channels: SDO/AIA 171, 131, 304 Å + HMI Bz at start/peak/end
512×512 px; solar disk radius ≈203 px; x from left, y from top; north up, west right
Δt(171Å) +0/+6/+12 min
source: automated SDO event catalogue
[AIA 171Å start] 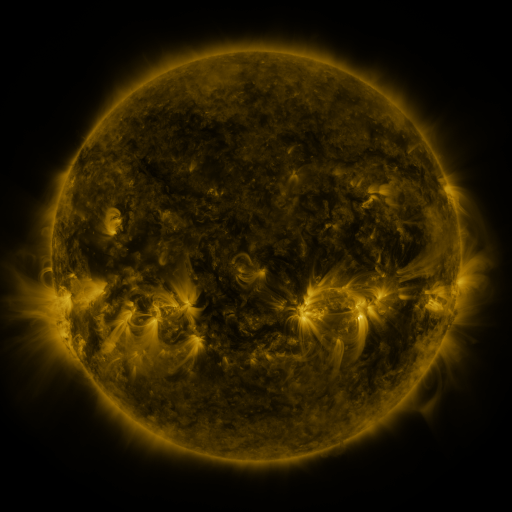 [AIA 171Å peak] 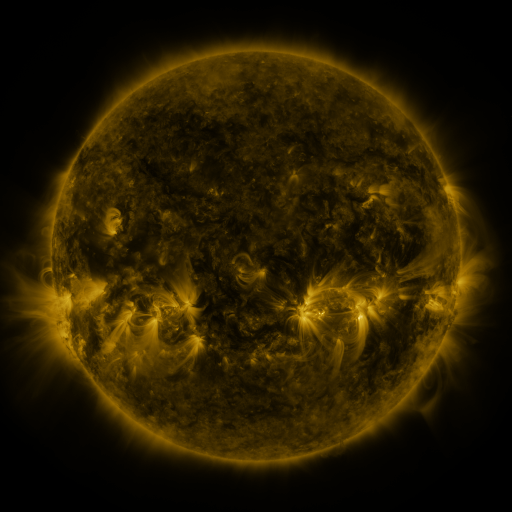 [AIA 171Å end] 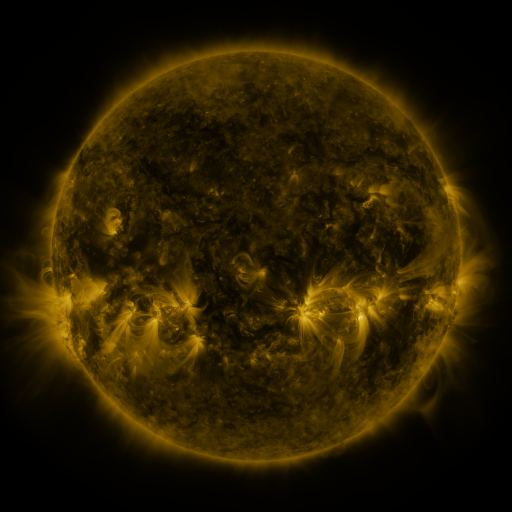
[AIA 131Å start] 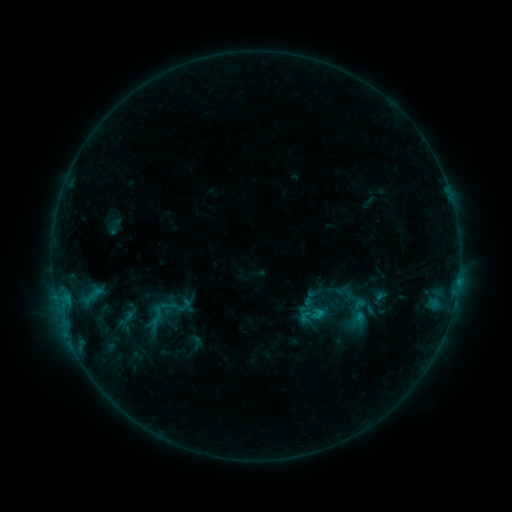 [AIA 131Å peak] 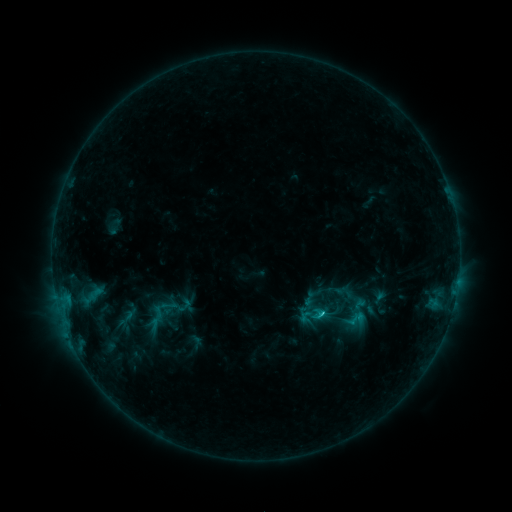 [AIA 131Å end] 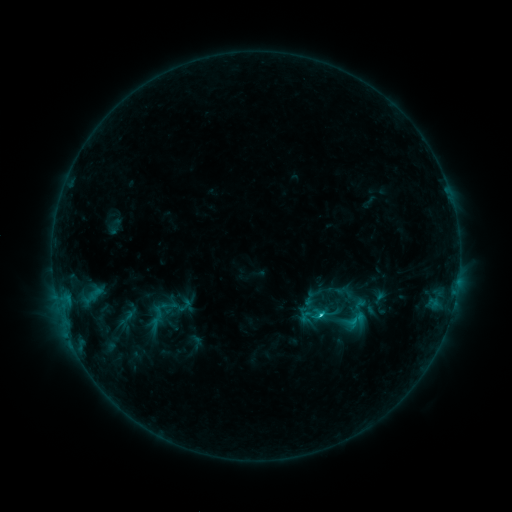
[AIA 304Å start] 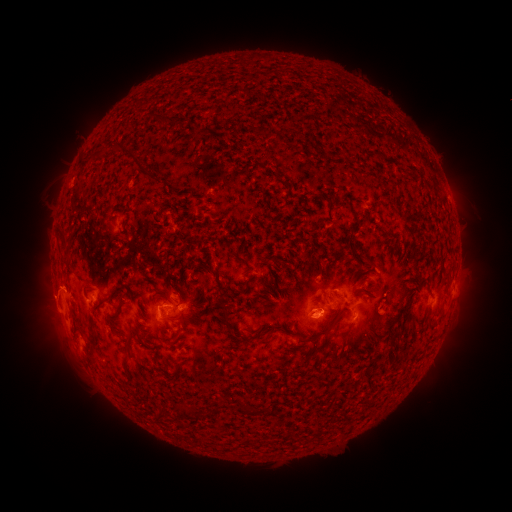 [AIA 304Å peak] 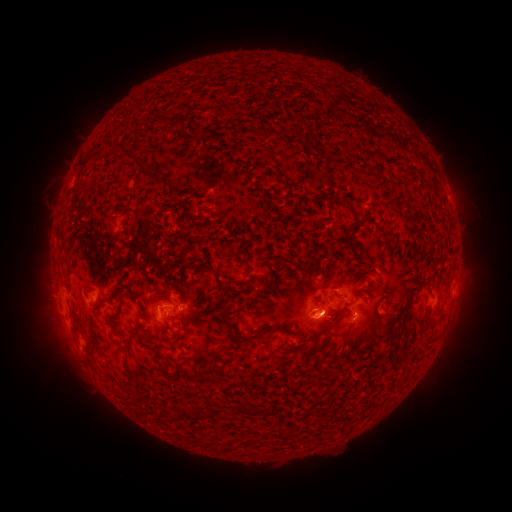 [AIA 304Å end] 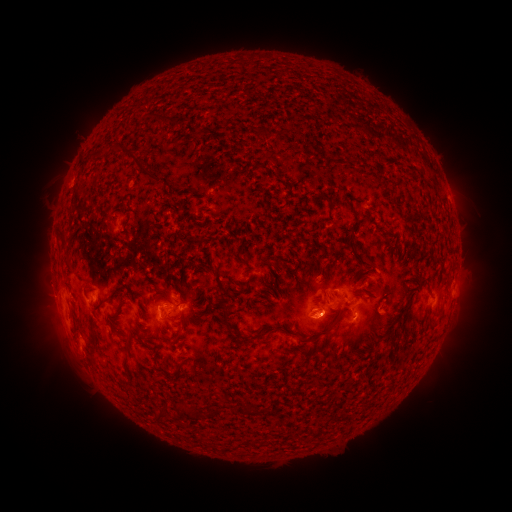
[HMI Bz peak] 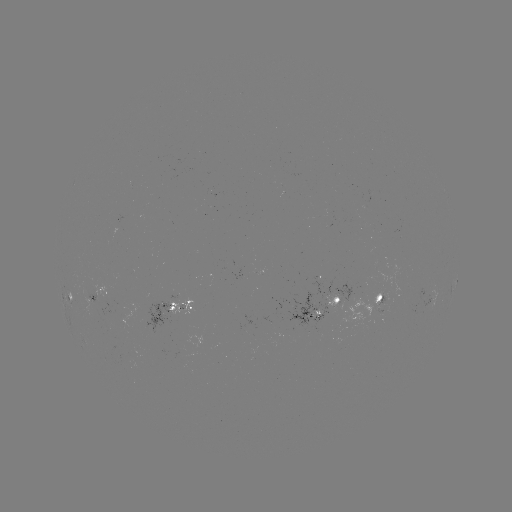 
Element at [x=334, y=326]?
eruption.